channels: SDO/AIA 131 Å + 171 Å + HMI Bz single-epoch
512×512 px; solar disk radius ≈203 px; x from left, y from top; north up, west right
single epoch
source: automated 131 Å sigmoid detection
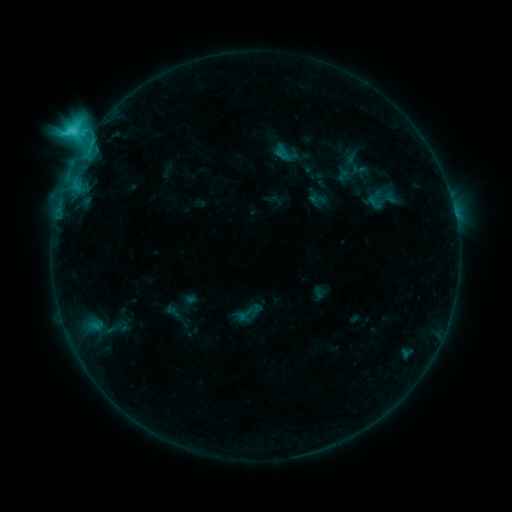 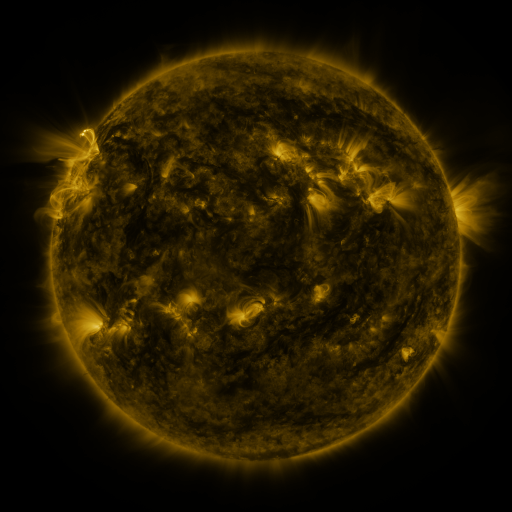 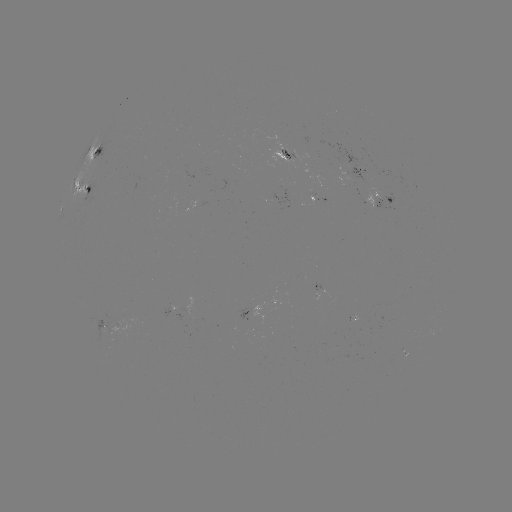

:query sigmoid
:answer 245,315